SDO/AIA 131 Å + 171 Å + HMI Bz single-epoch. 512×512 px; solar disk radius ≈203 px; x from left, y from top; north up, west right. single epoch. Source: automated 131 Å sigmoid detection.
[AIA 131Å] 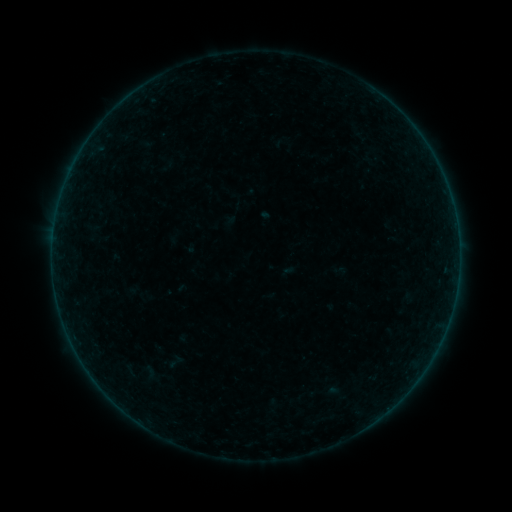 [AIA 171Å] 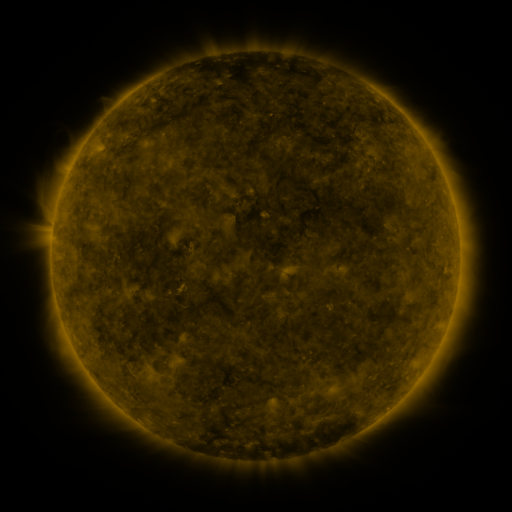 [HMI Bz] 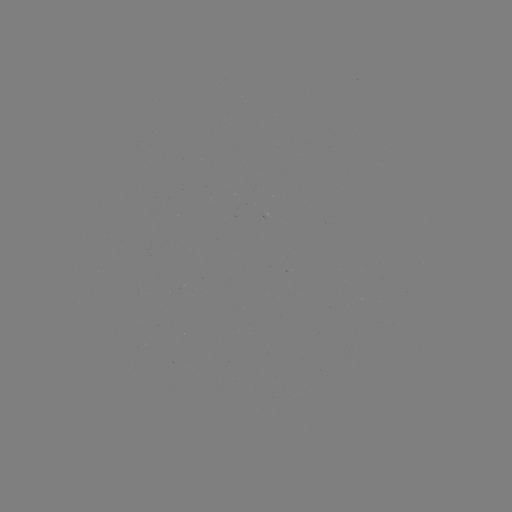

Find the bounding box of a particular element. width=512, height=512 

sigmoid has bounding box [160, 352, 190, 371].